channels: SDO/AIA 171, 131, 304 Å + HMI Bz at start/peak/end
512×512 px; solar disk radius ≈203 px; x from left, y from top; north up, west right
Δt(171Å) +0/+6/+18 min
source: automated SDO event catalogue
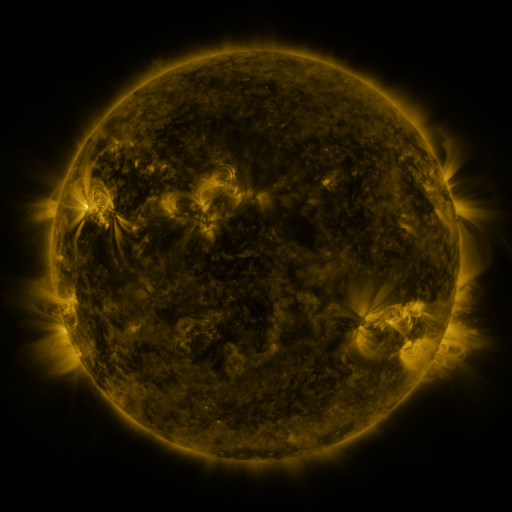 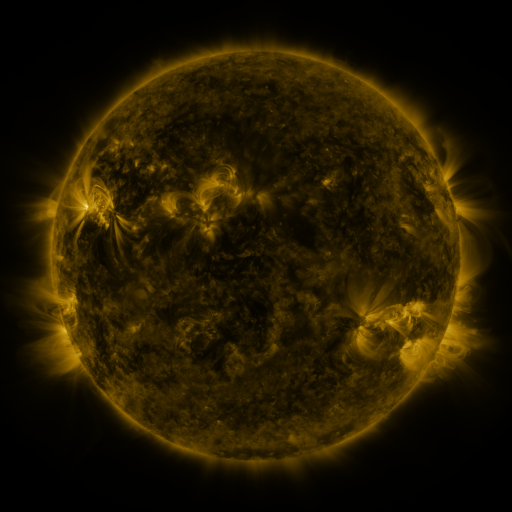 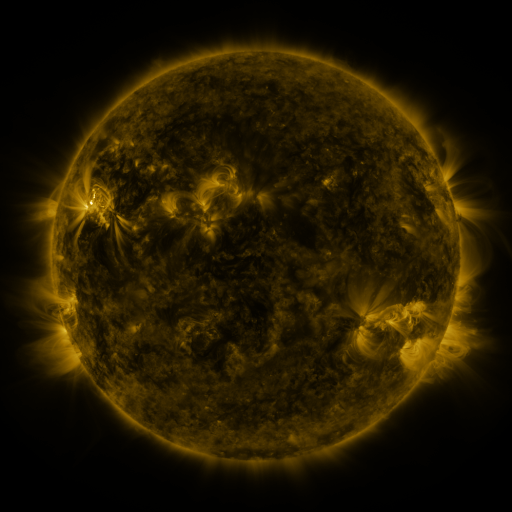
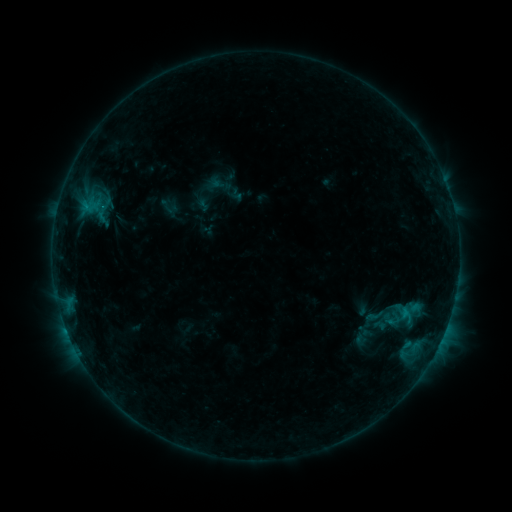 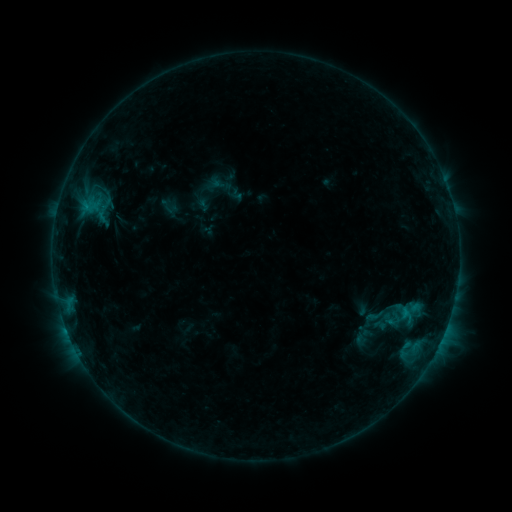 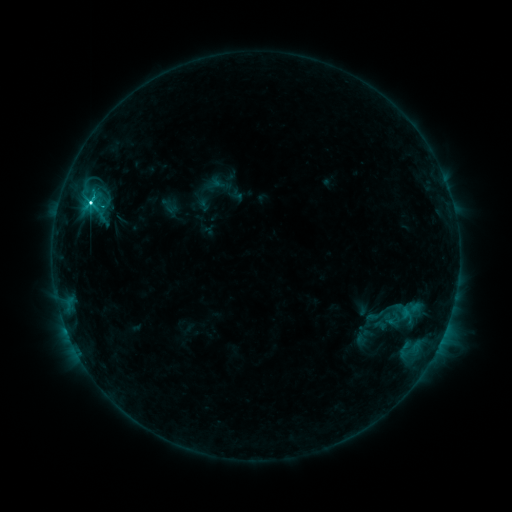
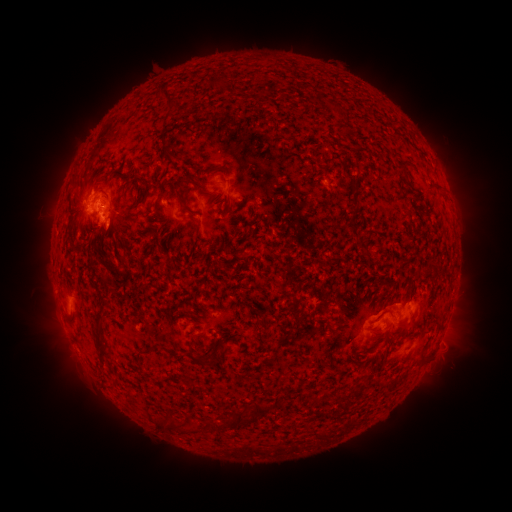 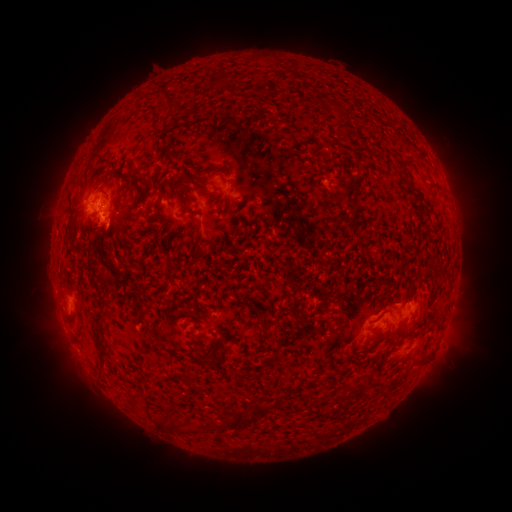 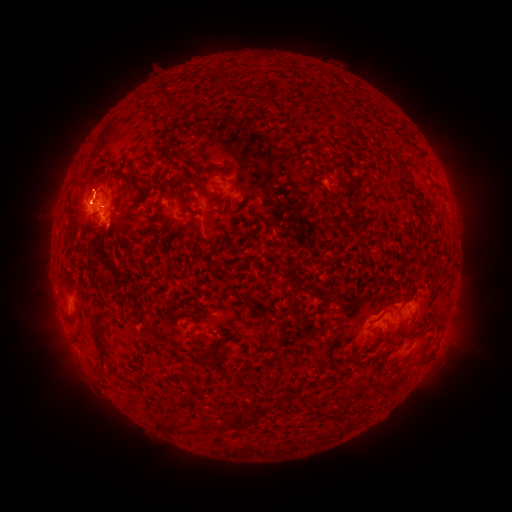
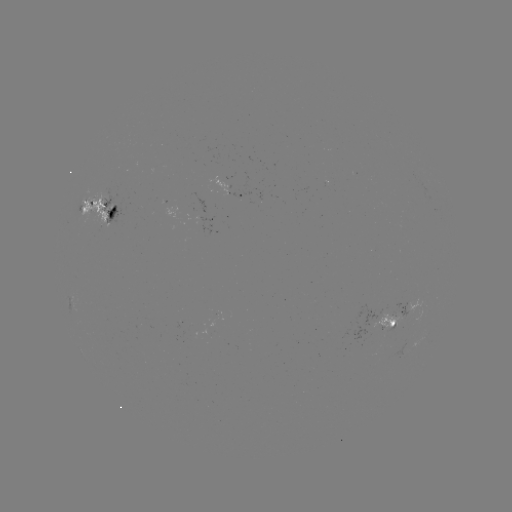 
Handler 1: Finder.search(C7.4 flare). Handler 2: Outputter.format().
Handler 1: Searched C7.4 flare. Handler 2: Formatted [87, 207].